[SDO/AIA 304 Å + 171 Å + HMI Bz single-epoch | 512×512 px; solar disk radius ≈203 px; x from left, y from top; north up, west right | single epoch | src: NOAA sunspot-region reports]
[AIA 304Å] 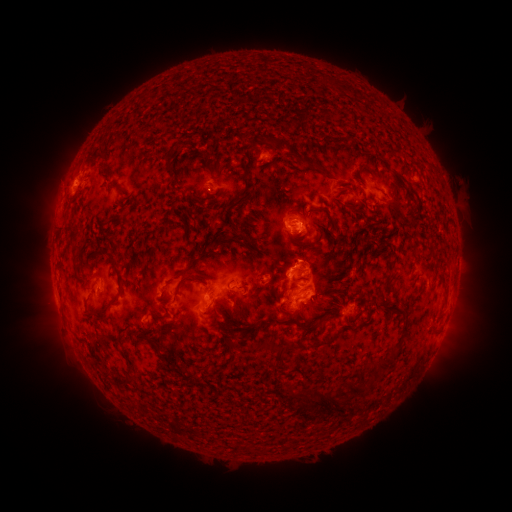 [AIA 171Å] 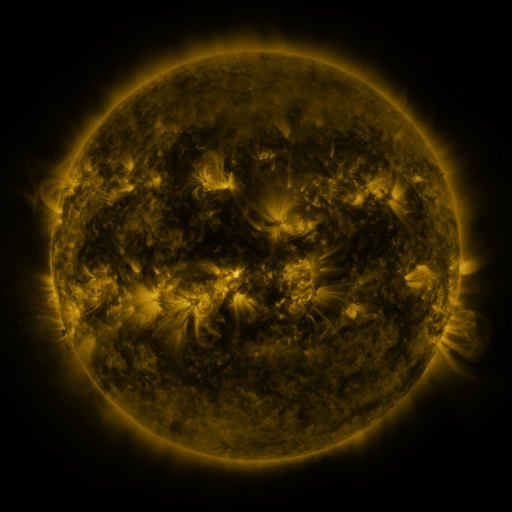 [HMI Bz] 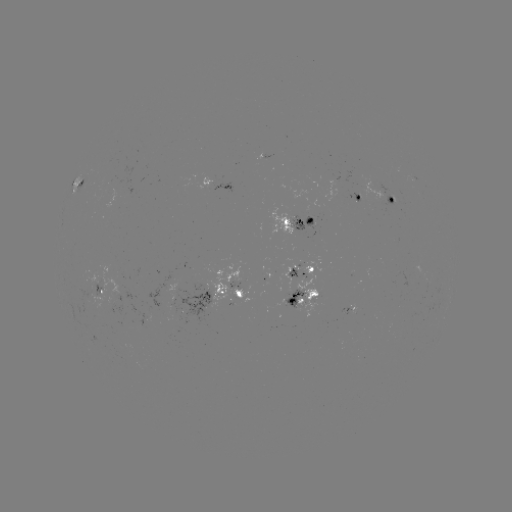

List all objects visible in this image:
spotted active region: (262, 158)
spotted active region: (76, 183)
spotted active region: (218, 185)
spotted active region: (358, 197)
spotted active region: (387, 202)
spotted active region: (291, 222)
spotted active region: (301, 272)
spotted active region: (102, 293)
spotted active region: (218, 297)
spotted active region: (302, 300)
spotted active region: (351, 313)
